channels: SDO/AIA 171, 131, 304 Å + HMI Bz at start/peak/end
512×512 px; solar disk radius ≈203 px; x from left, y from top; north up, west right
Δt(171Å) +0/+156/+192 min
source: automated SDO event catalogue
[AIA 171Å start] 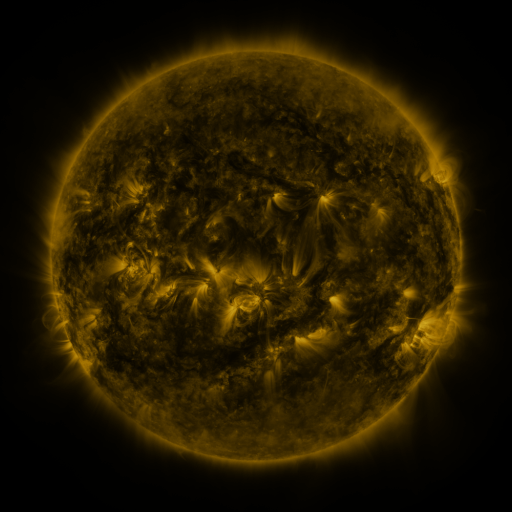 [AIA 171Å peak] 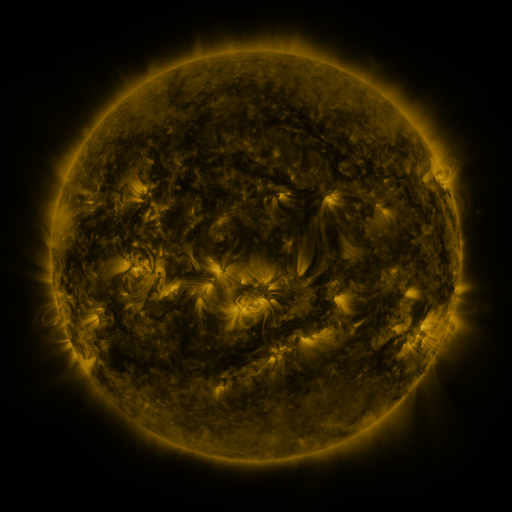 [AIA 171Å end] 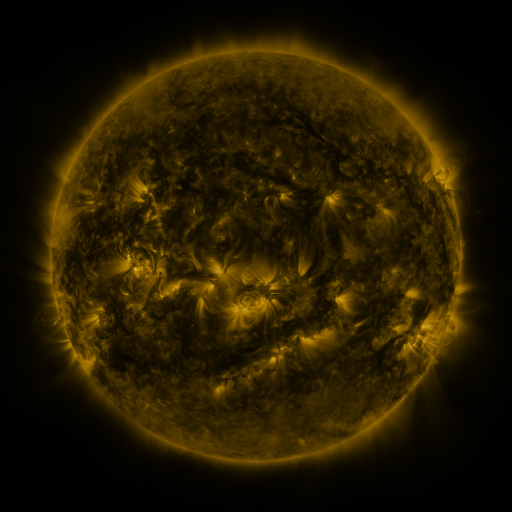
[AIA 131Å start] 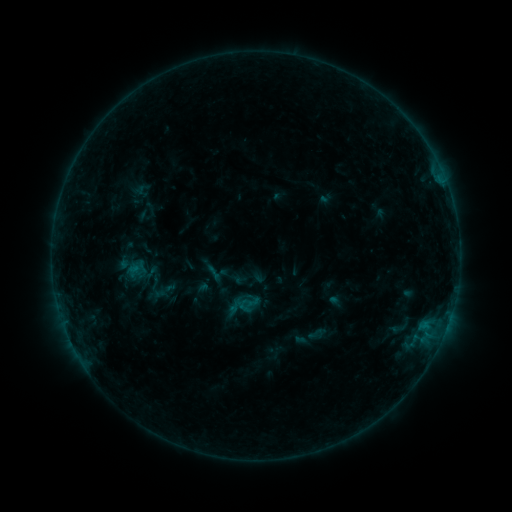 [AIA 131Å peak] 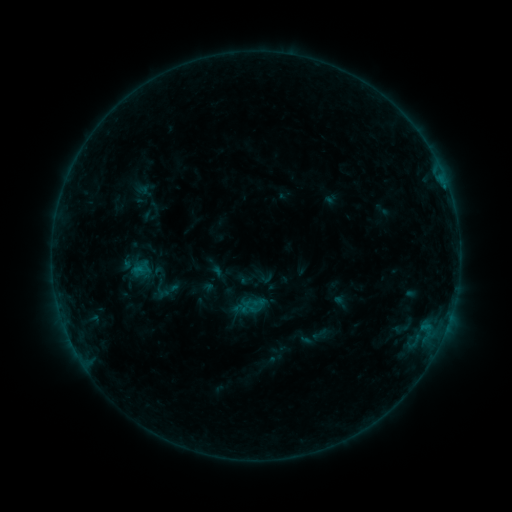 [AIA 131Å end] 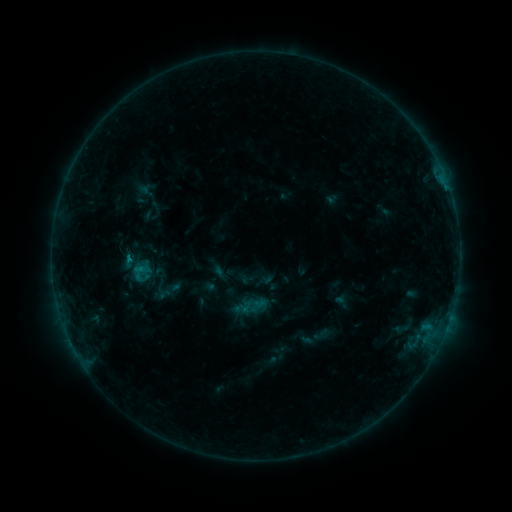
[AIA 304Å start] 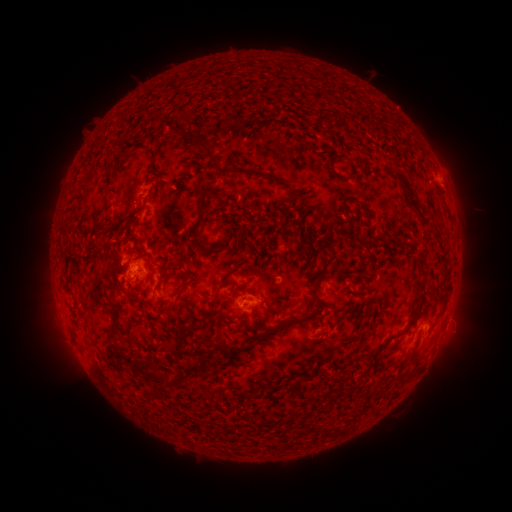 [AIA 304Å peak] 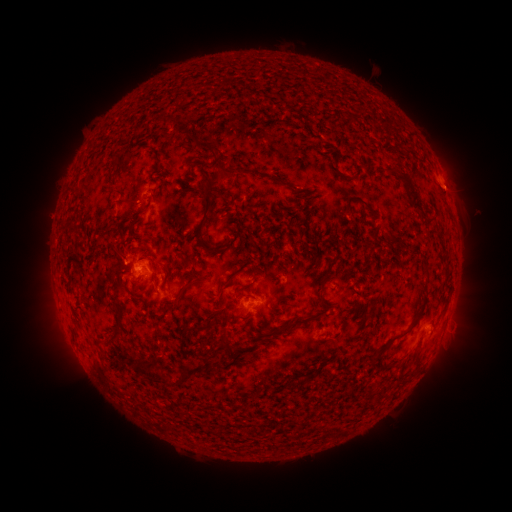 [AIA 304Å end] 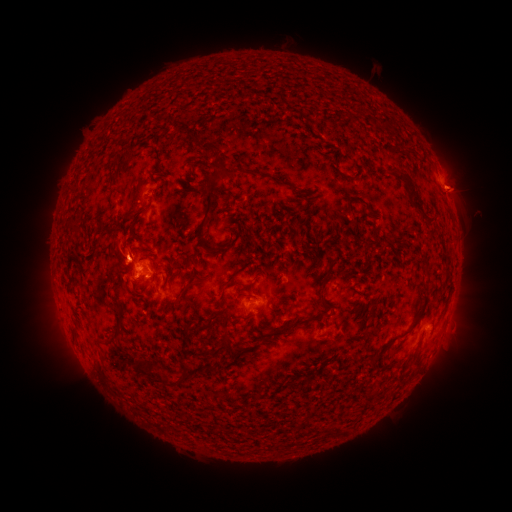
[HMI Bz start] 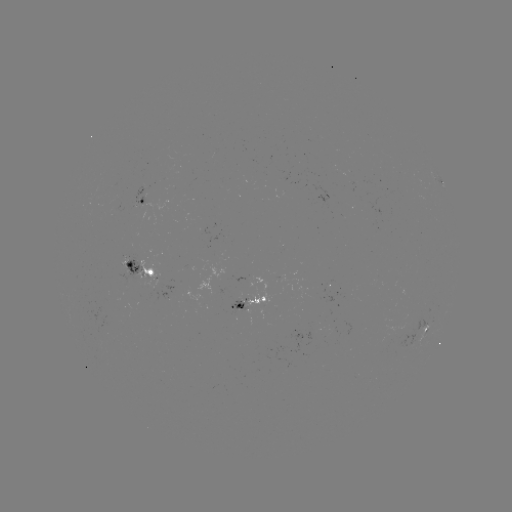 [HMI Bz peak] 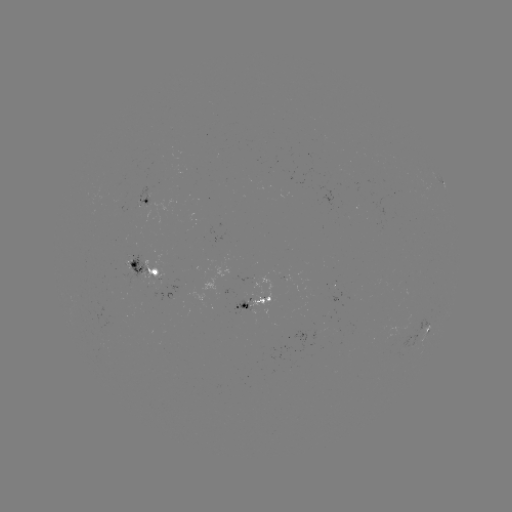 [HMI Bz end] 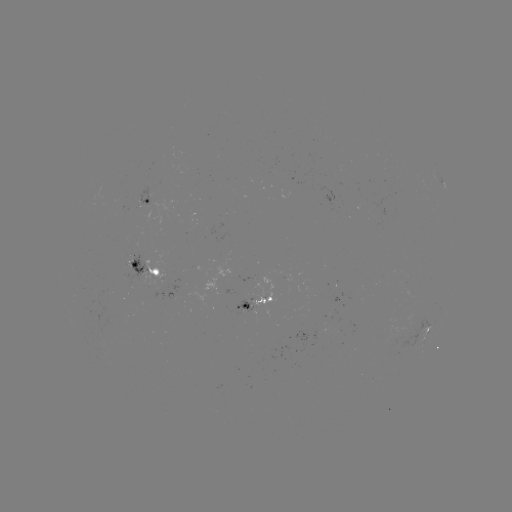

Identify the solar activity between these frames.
emerging-flux region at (146, 192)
